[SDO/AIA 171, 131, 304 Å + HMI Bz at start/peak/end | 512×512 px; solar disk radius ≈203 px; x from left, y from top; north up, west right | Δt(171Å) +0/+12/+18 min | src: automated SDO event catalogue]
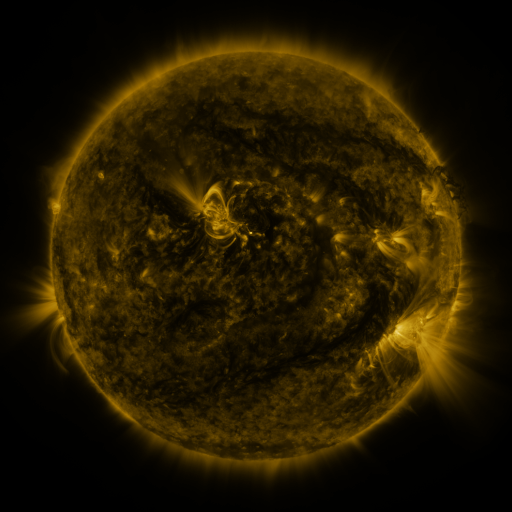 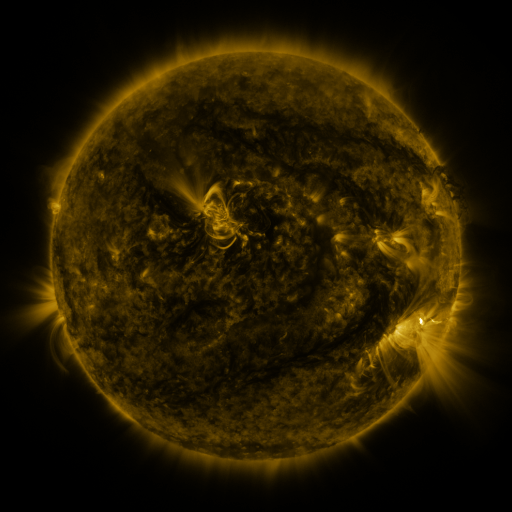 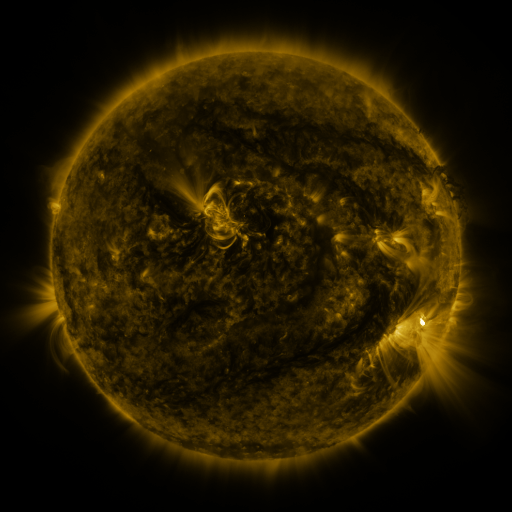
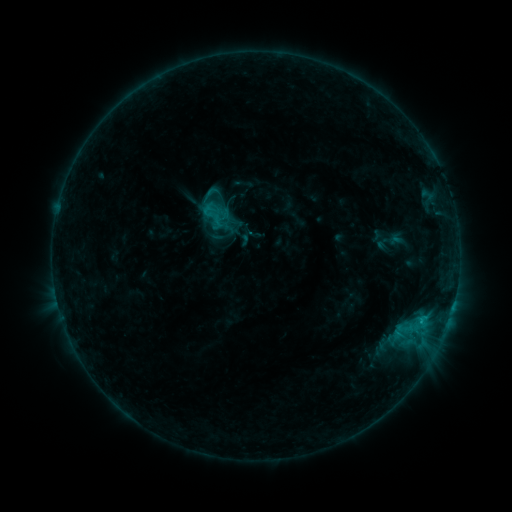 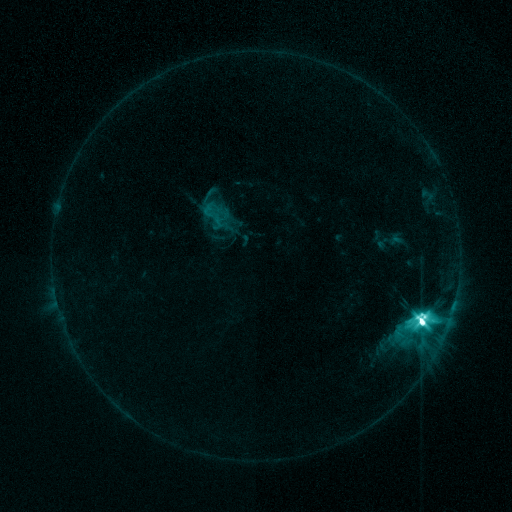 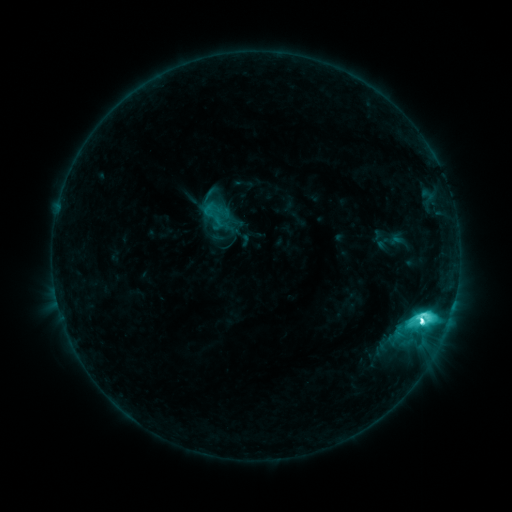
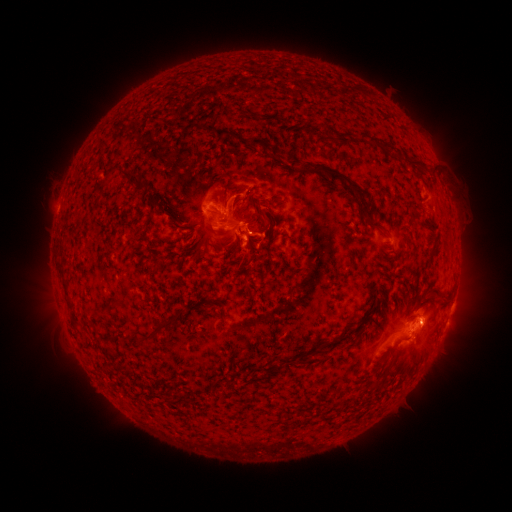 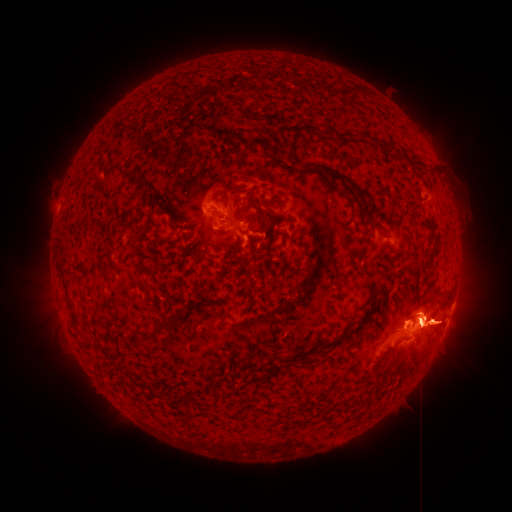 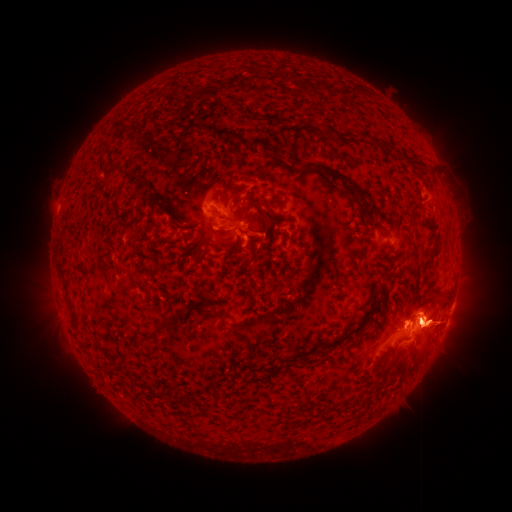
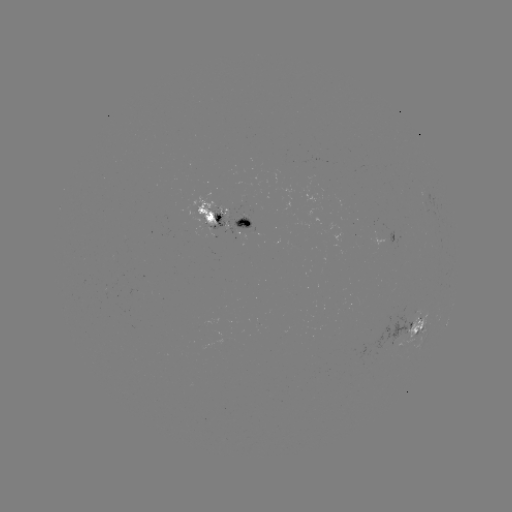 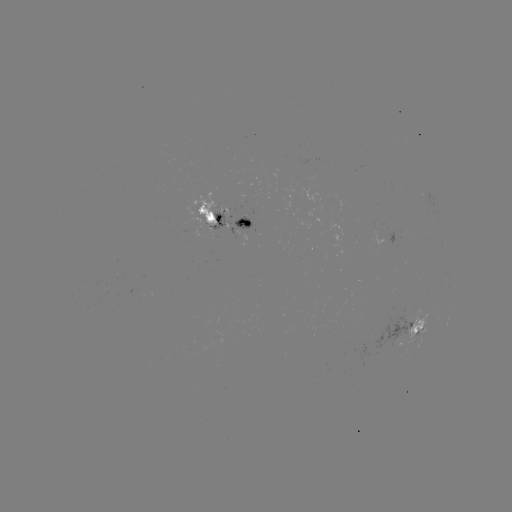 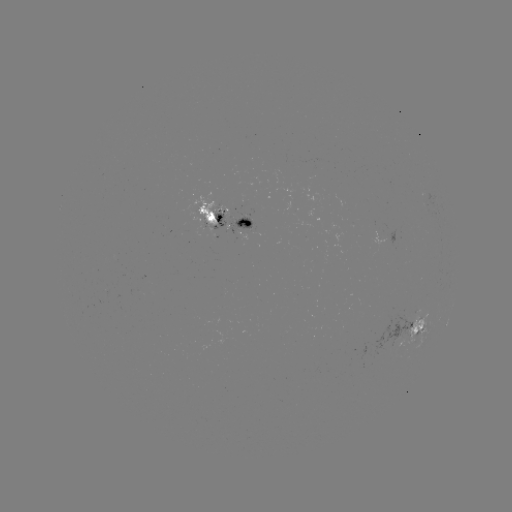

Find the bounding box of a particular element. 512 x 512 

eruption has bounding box [310, 209, 511, 438].